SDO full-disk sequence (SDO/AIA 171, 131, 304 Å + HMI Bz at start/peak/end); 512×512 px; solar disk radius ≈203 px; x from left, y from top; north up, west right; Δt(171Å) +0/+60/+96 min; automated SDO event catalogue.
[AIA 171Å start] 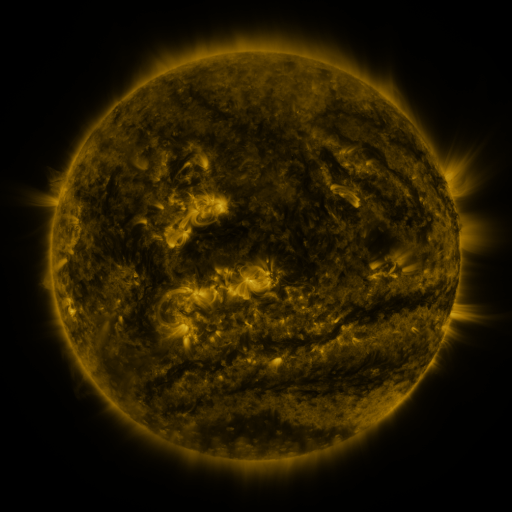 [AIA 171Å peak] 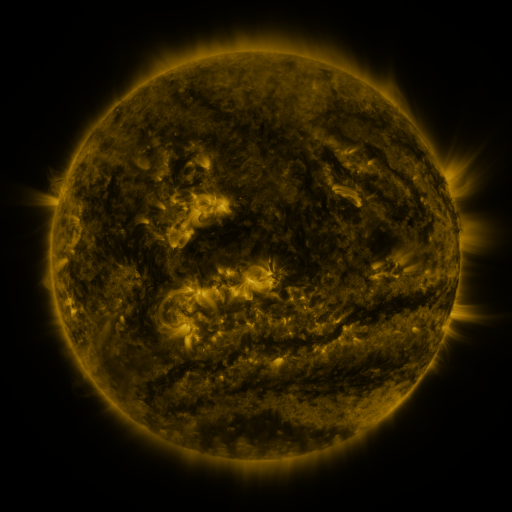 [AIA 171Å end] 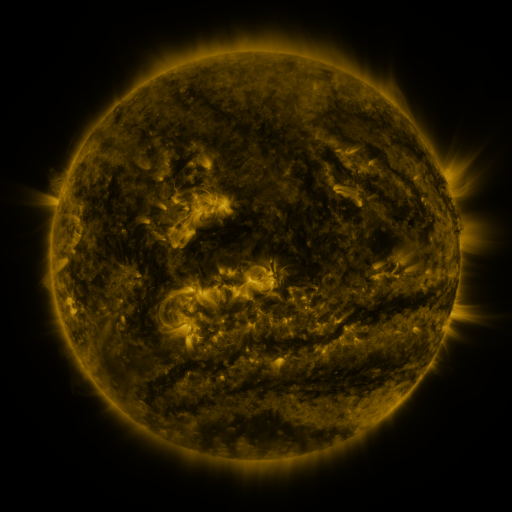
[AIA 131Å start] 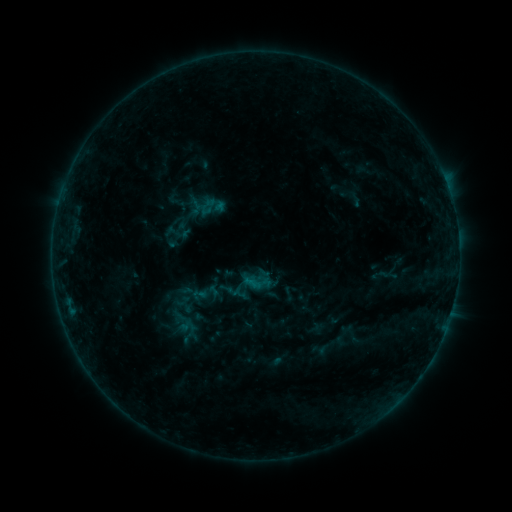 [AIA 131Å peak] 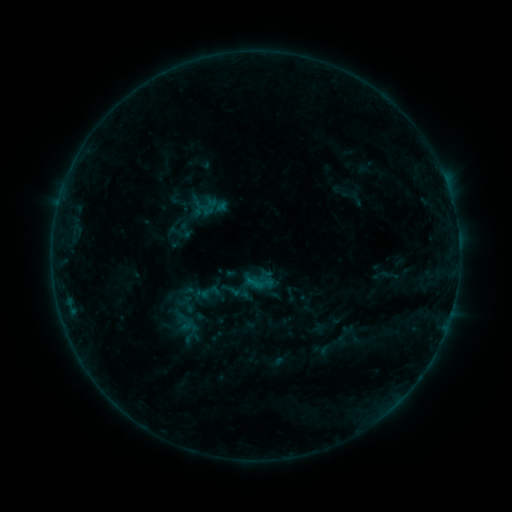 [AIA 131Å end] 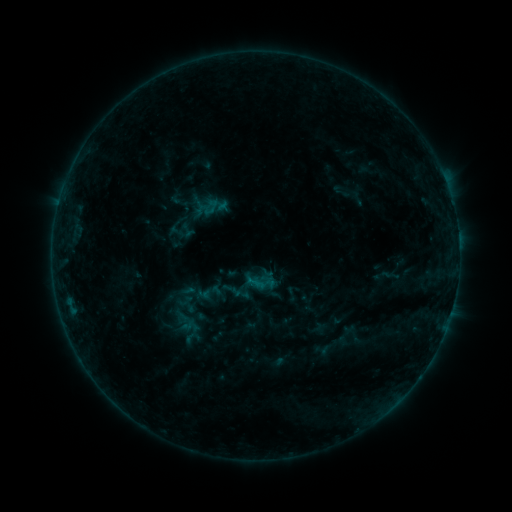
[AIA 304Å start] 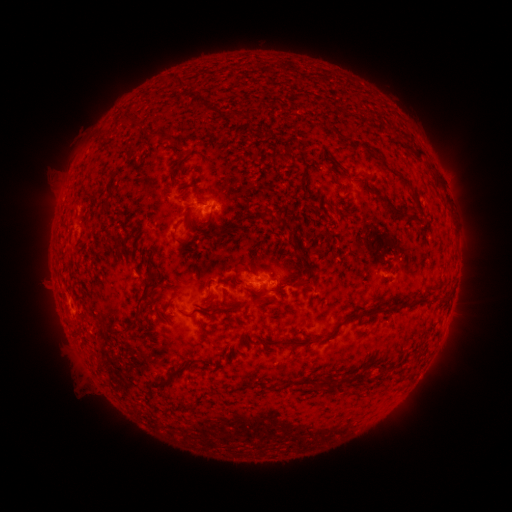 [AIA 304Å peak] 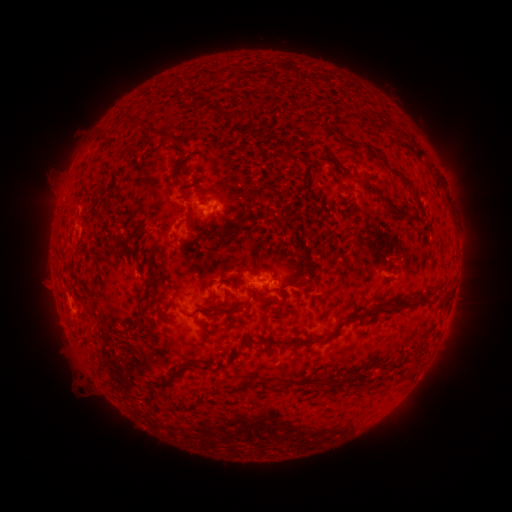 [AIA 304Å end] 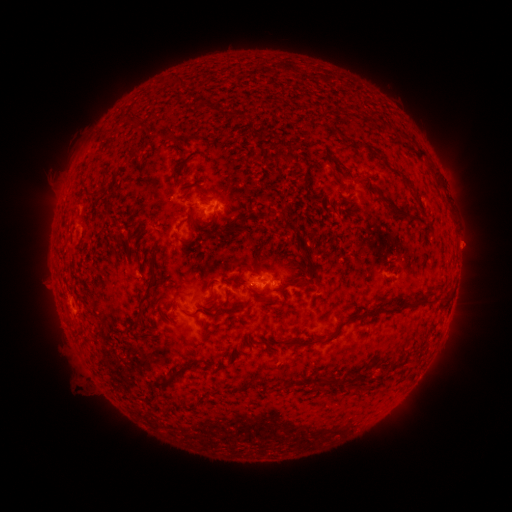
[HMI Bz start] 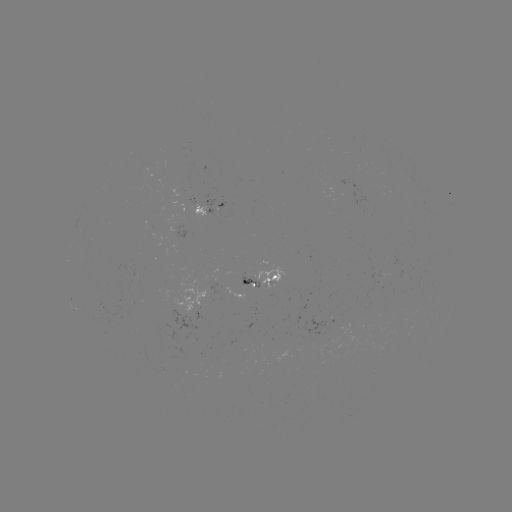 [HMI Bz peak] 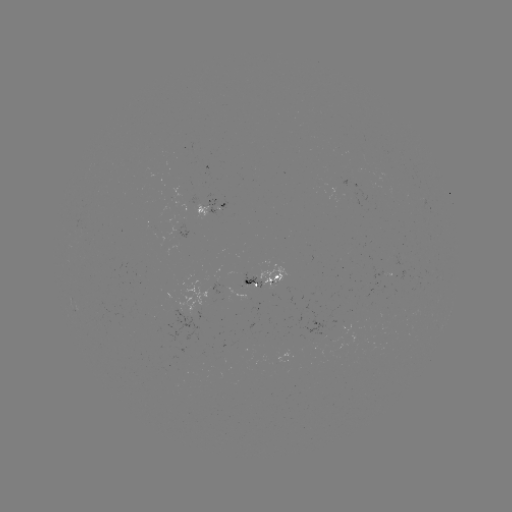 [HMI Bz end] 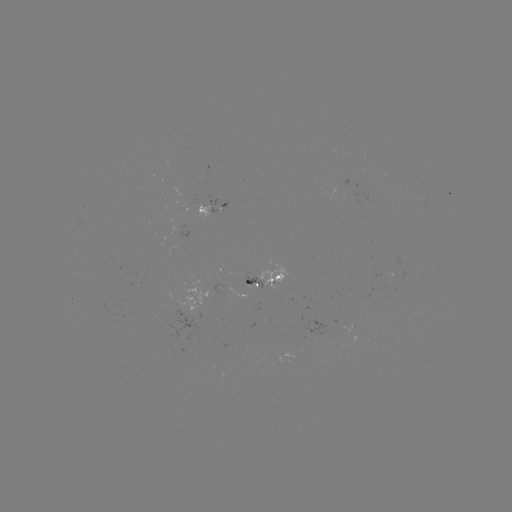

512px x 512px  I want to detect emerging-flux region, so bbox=[177, 218, 187, 240].